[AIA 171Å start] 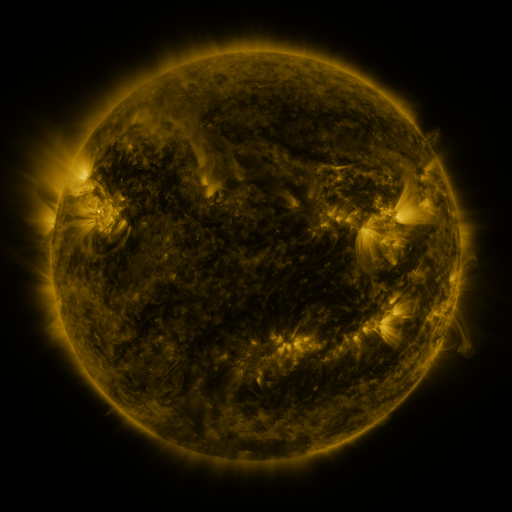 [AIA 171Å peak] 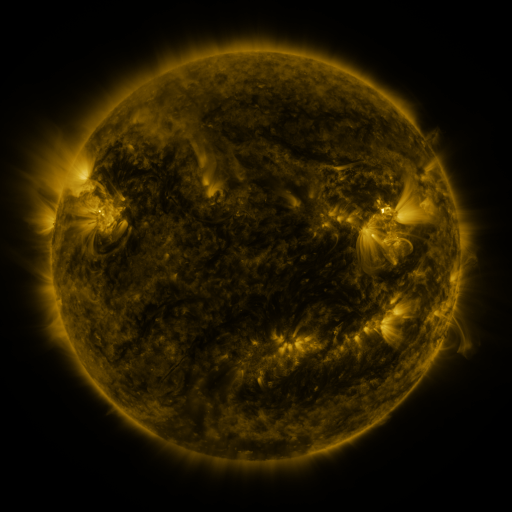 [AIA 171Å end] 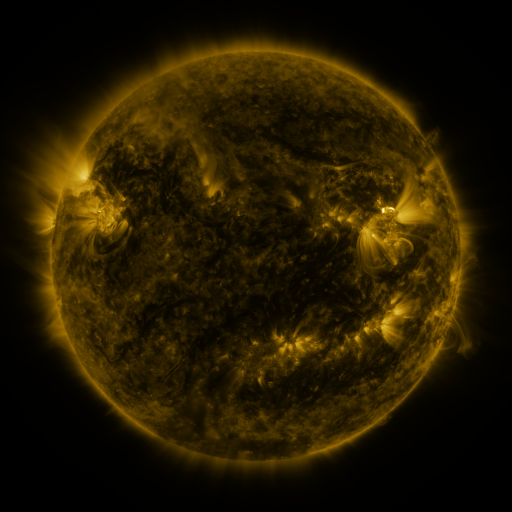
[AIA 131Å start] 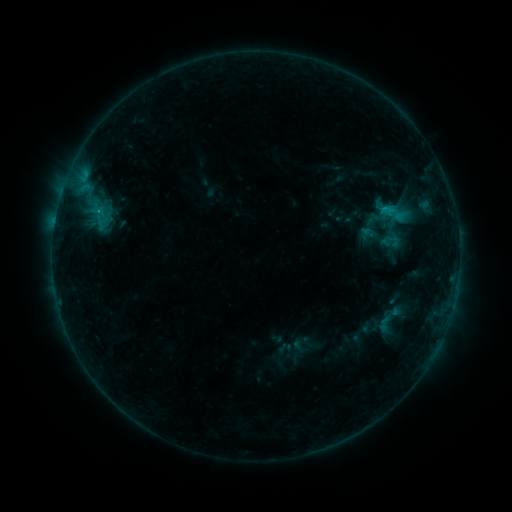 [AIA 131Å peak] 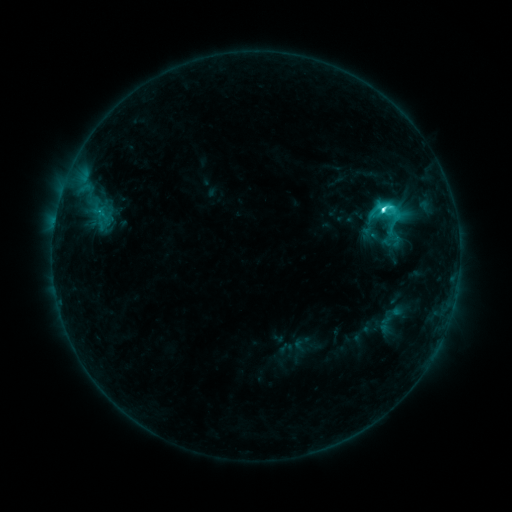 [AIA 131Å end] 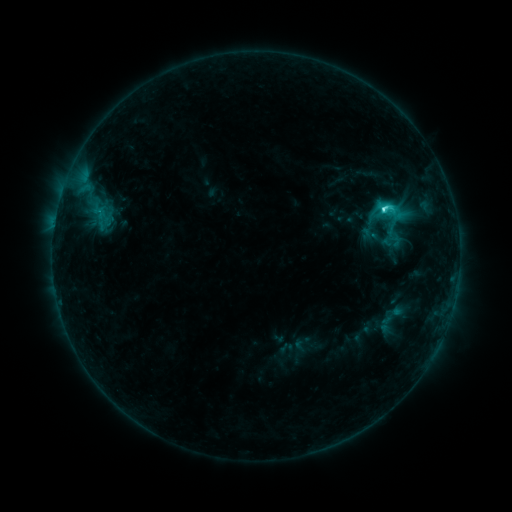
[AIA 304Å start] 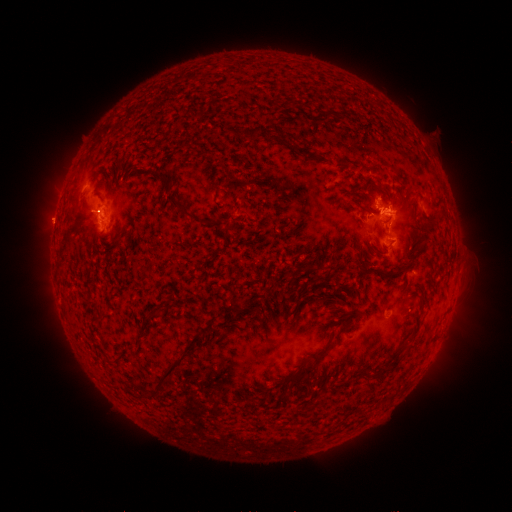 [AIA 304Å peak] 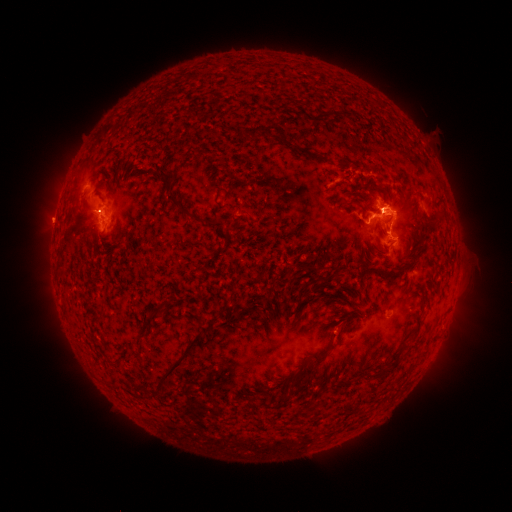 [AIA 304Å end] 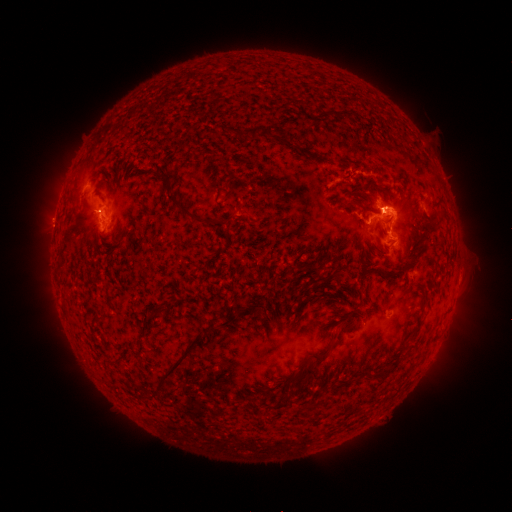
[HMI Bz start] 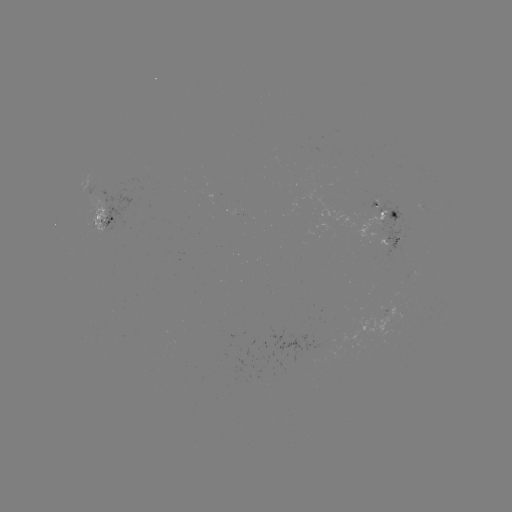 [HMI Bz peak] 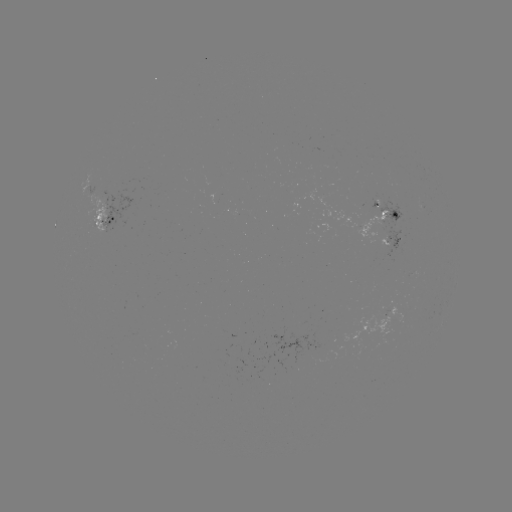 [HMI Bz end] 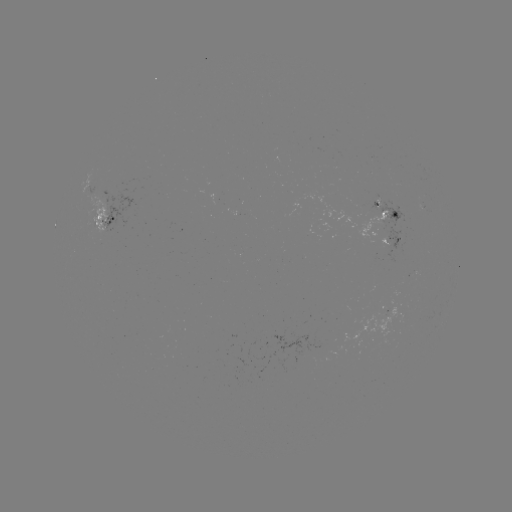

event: flare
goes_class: C5.1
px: (383, 212)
